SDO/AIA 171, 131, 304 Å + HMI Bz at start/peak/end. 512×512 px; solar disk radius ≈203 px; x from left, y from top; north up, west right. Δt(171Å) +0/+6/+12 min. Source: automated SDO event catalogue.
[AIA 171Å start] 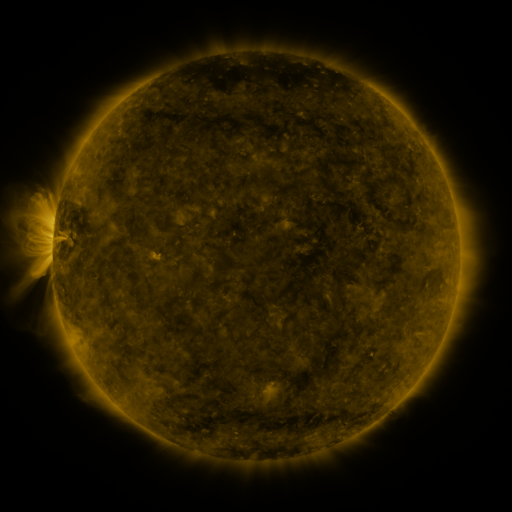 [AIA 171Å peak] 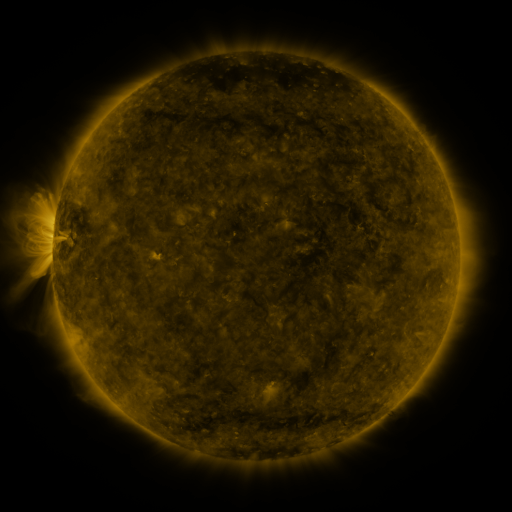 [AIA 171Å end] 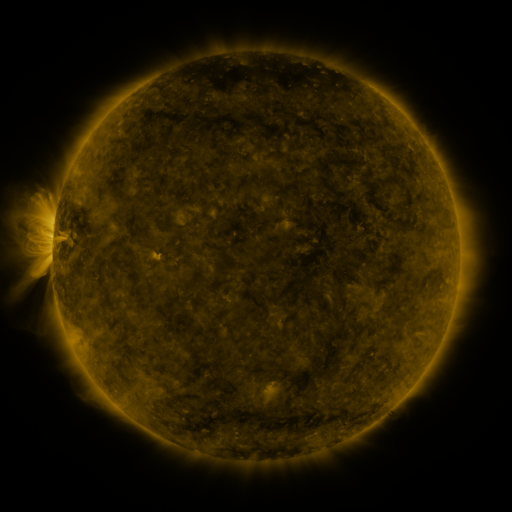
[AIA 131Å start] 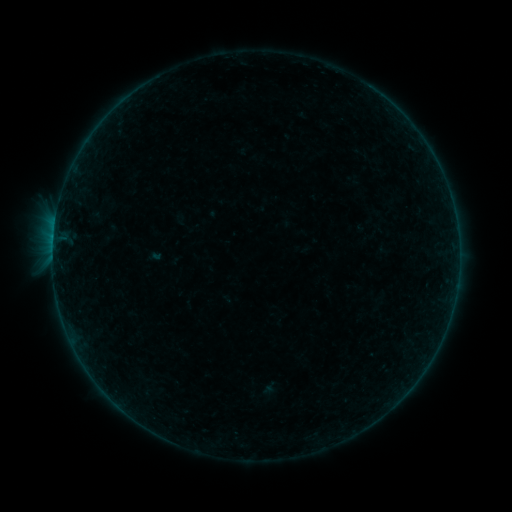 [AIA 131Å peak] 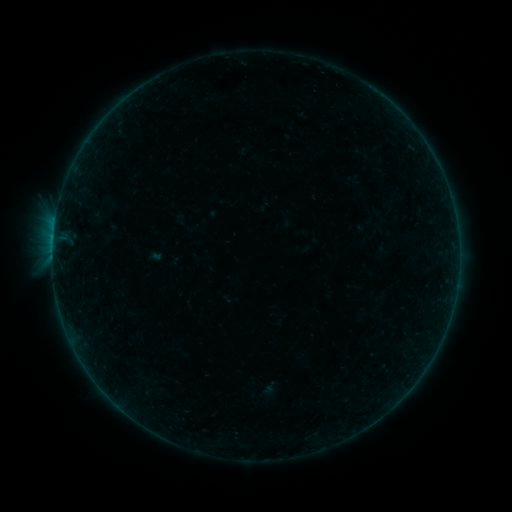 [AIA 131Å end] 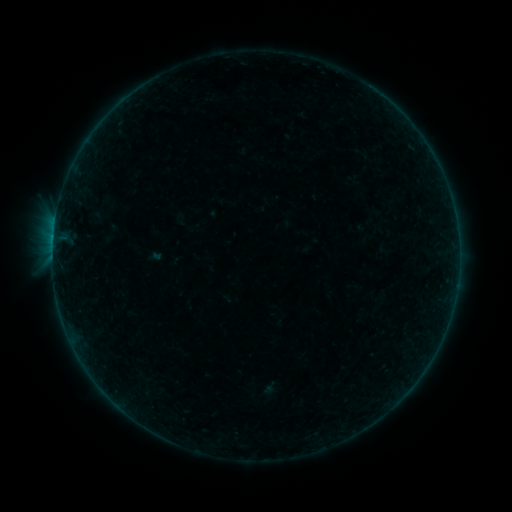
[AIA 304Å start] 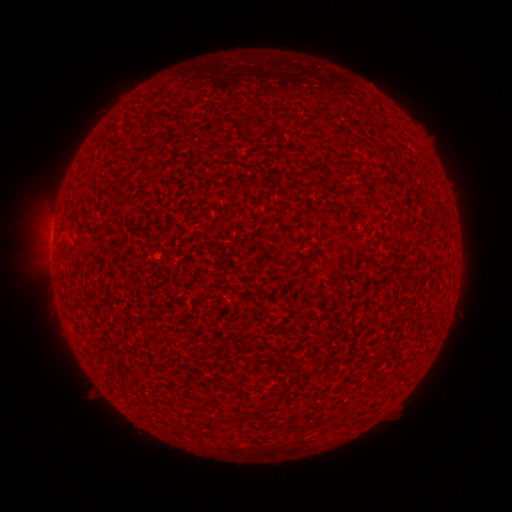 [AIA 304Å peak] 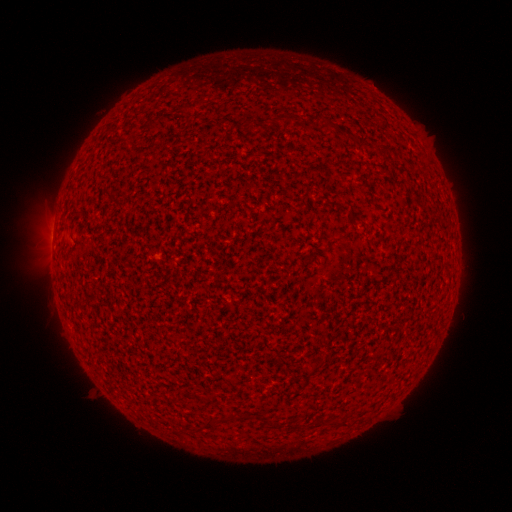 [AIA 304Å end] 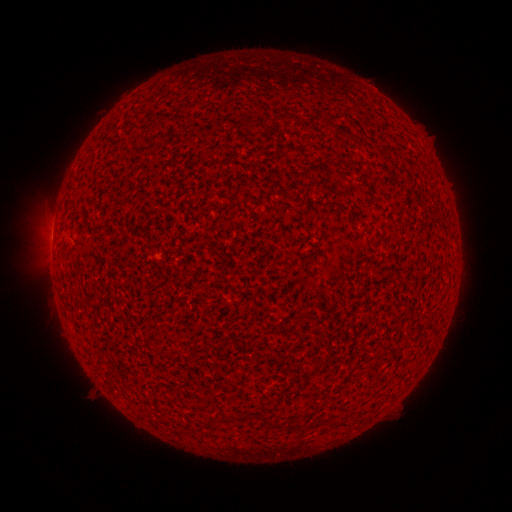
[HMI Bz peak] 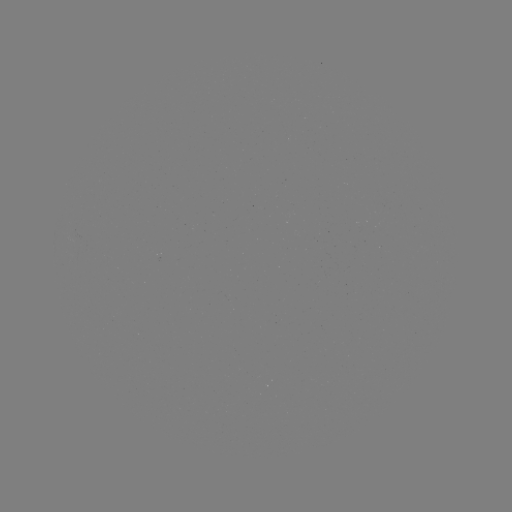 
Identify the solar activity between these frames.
B1.0 flare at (53, 238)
